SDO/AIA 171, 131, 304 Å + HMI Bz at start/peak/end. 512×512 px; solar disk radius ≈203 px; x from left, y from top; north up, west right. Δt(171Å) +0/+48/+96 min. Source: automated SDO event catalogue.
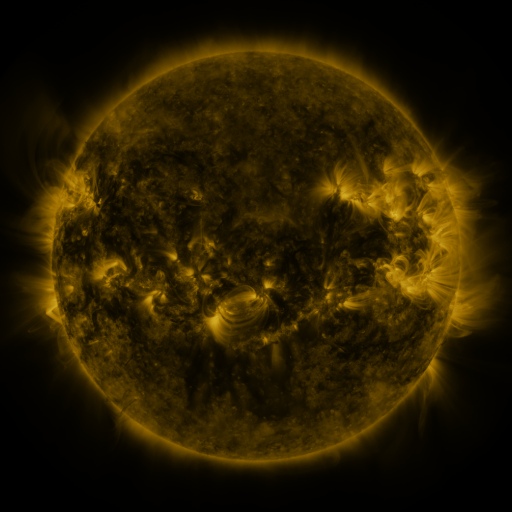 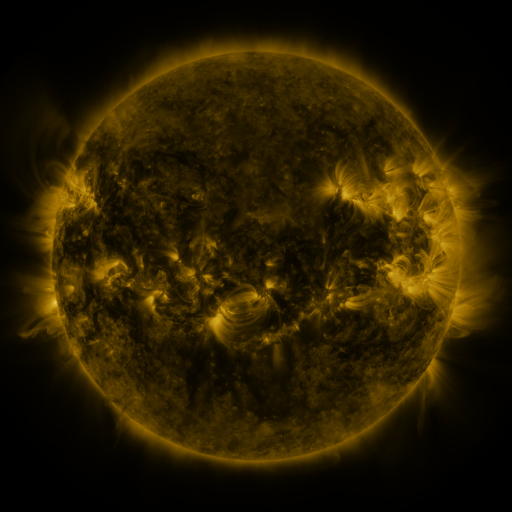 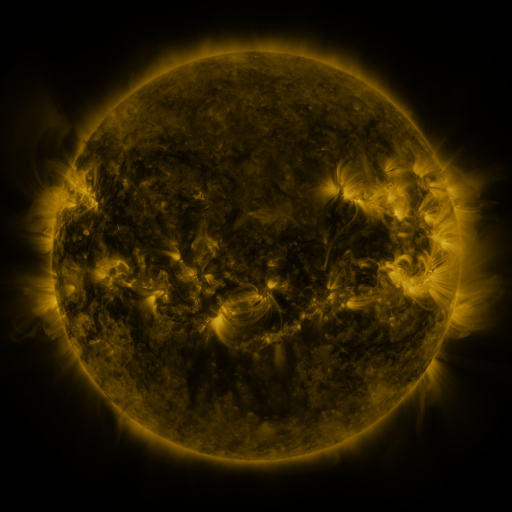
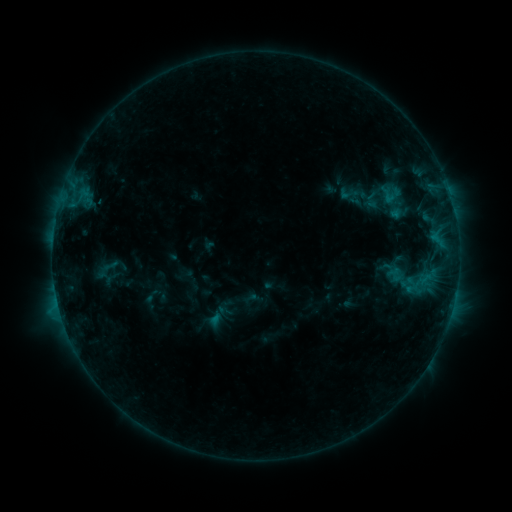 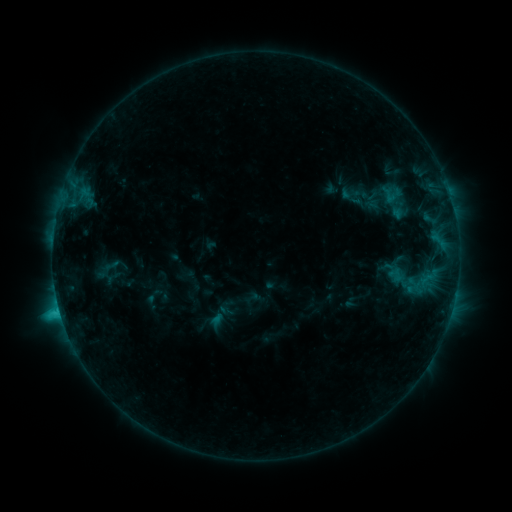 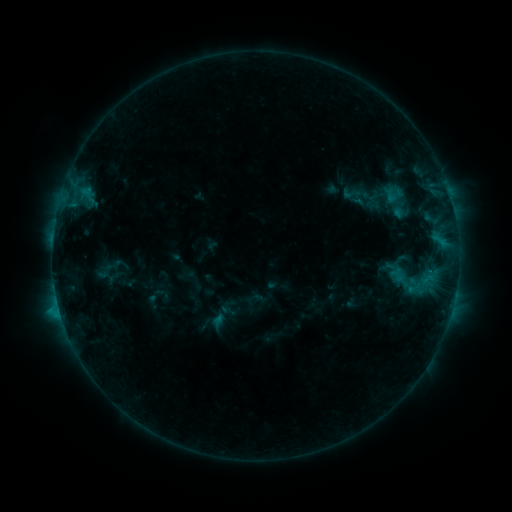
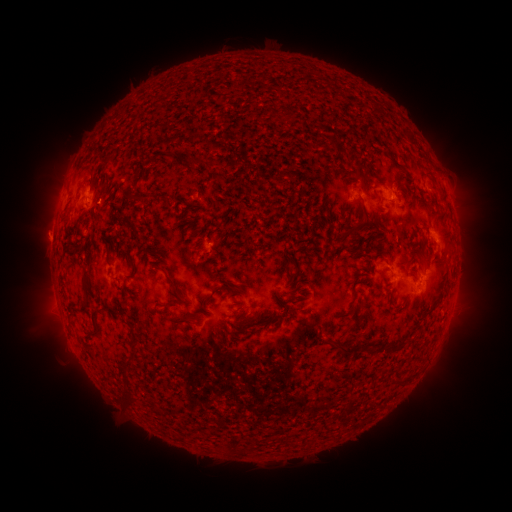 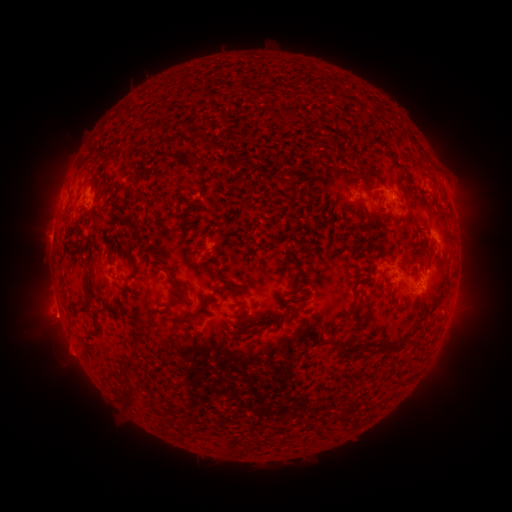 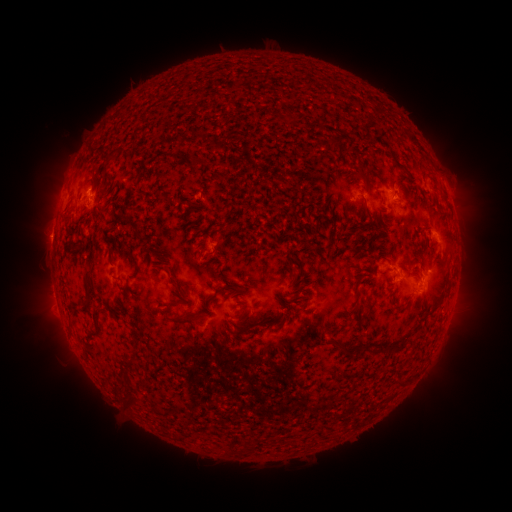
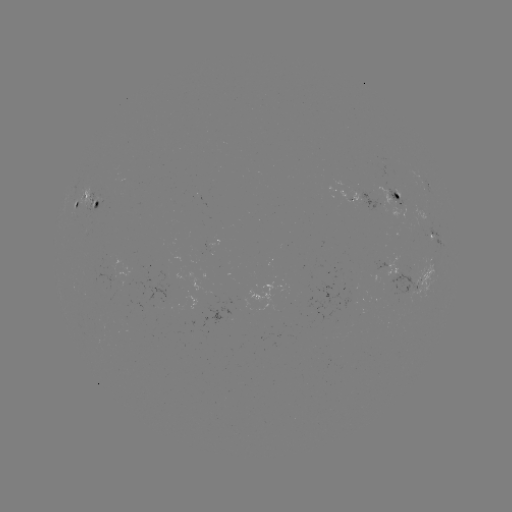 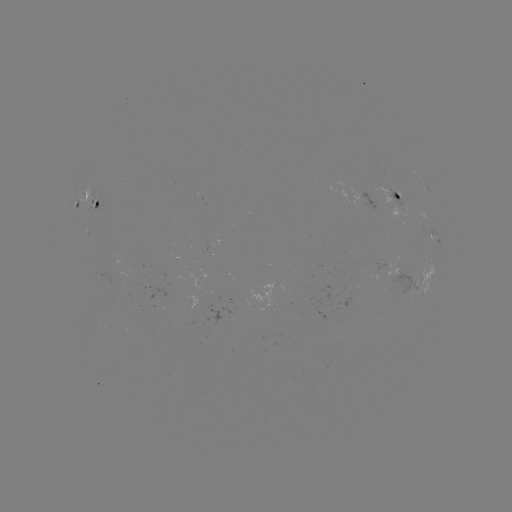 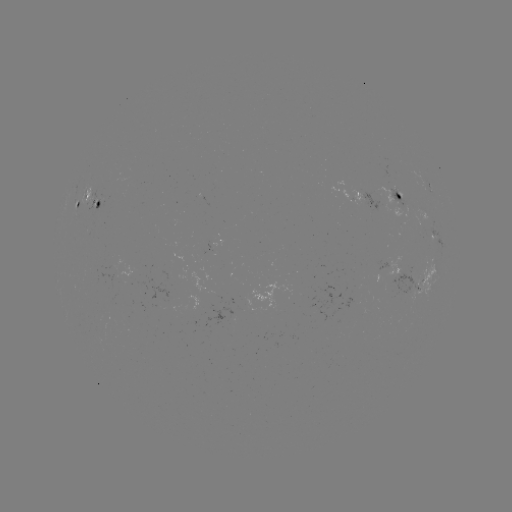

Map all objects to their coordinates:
C1.9 flare: (60, 310)
